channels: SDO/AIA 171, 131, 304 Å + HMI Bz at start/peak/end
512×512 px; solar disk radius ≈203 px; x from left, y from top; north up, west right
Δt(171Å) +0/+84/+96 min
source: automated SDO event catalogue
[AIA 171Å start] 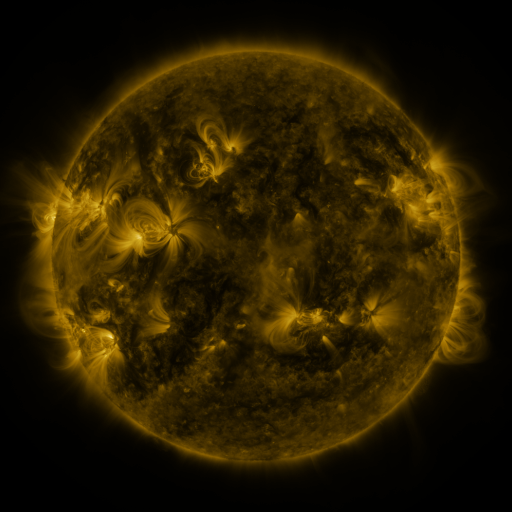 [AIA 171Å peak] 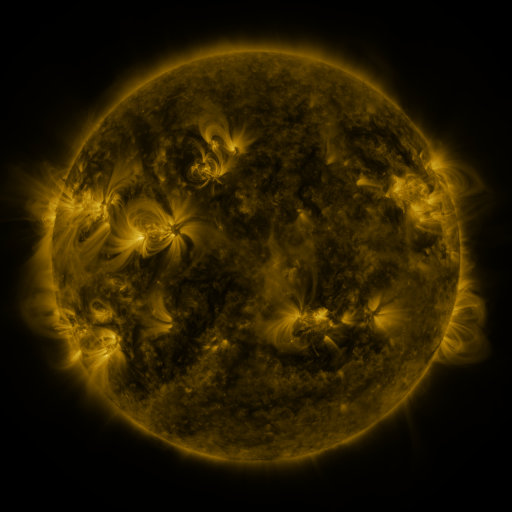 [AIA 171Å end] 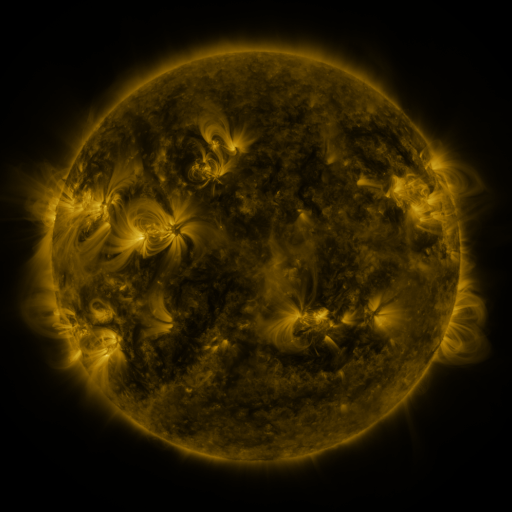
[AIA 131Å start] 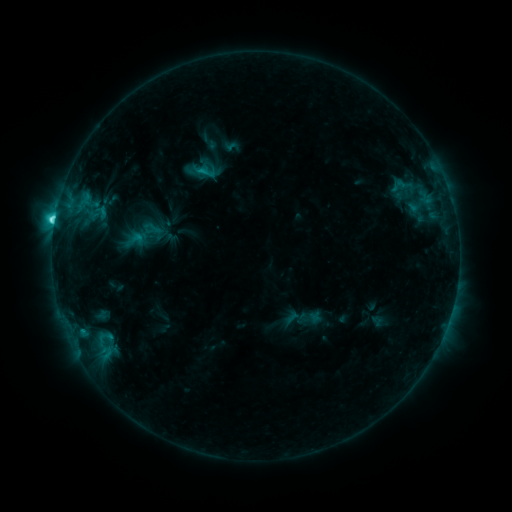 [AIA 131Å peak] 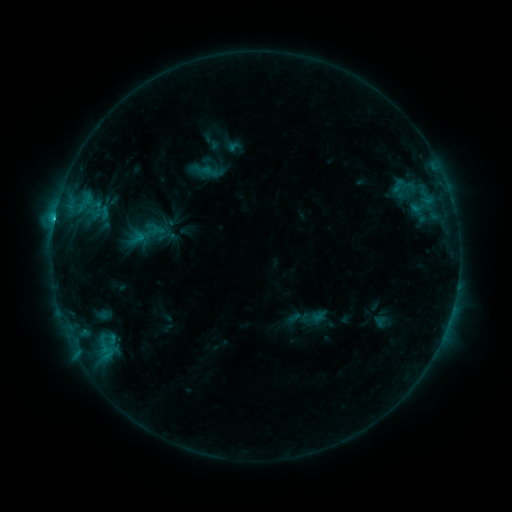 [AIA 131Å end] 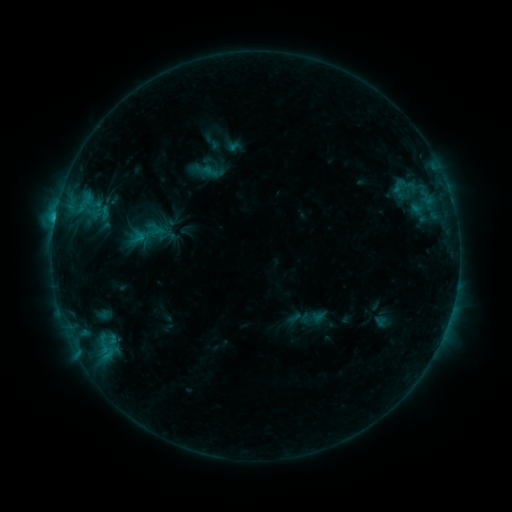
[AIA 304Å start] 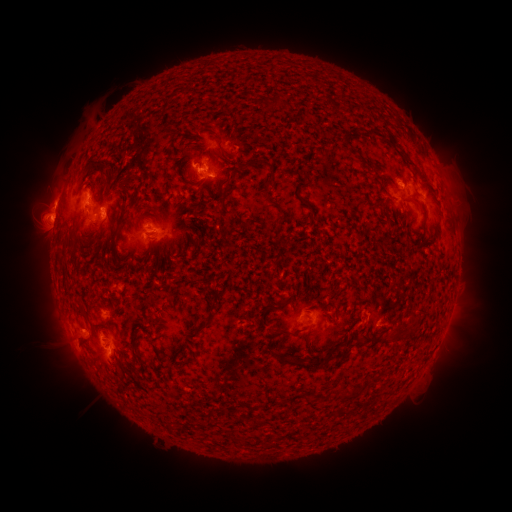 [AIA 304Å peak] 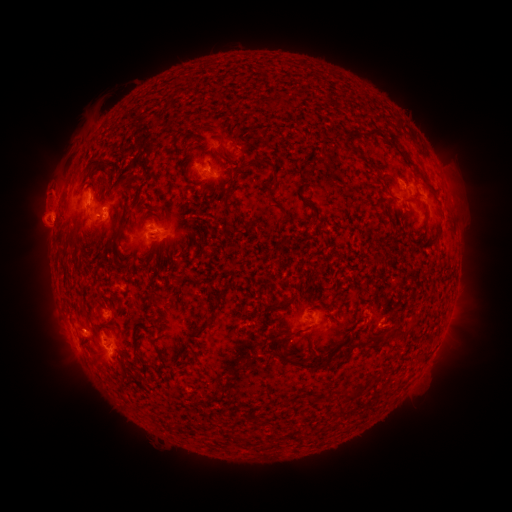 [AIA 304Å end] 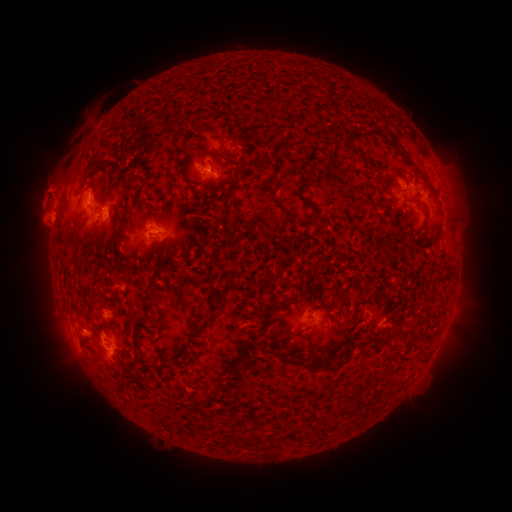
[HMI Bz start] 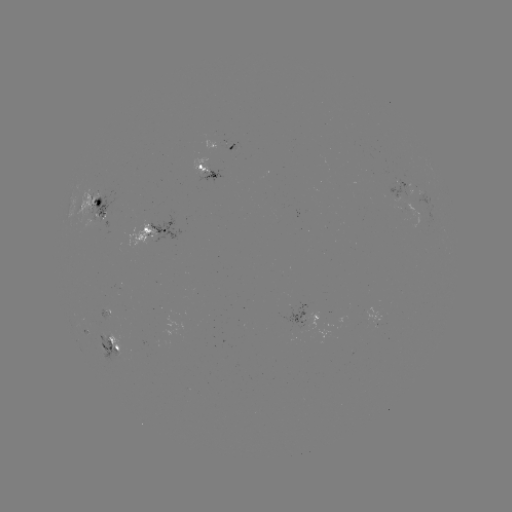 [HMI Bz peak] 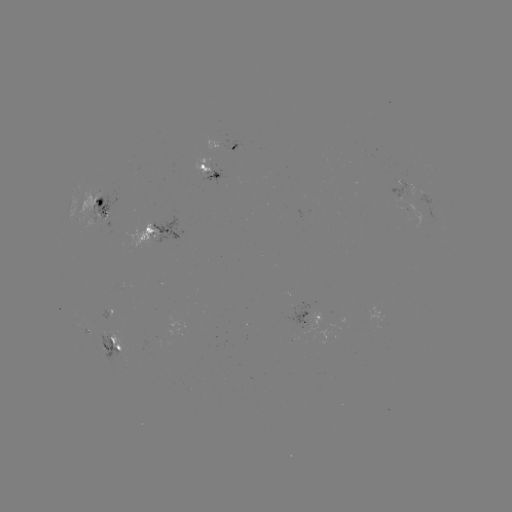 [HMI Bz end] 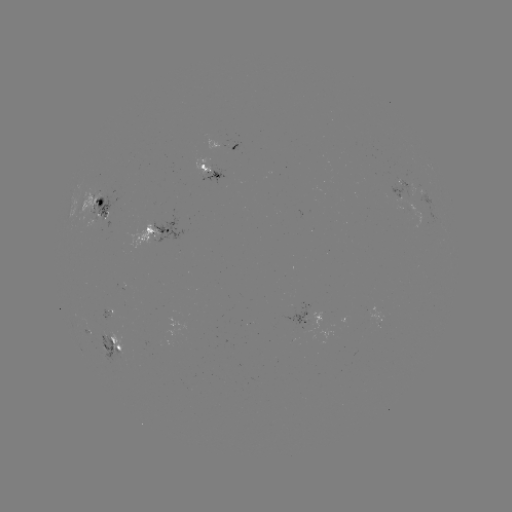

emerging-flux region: (289, 302, 313, 335)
